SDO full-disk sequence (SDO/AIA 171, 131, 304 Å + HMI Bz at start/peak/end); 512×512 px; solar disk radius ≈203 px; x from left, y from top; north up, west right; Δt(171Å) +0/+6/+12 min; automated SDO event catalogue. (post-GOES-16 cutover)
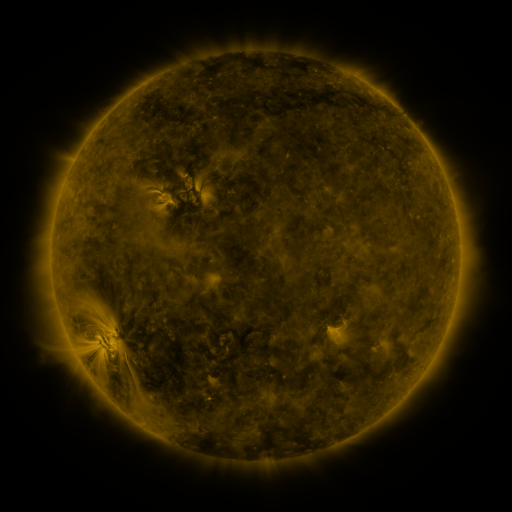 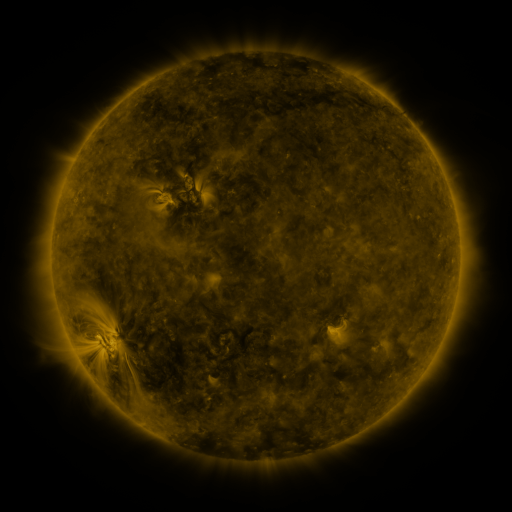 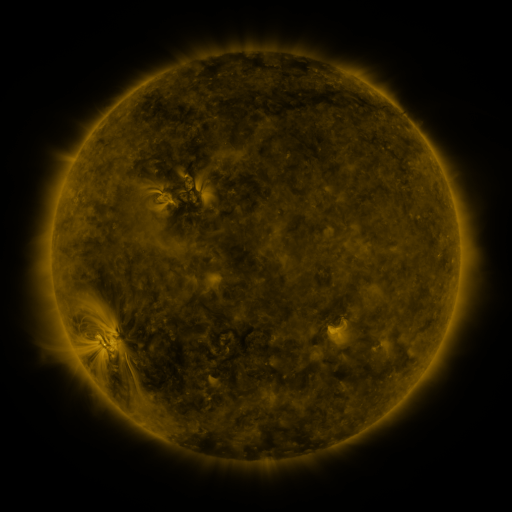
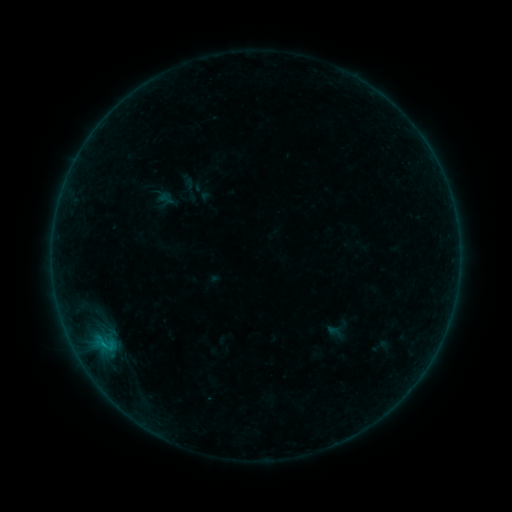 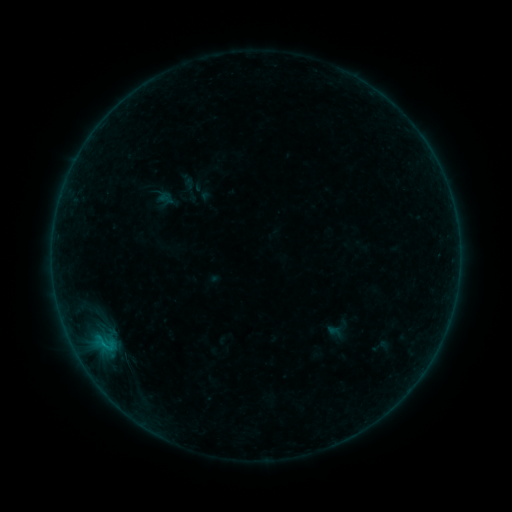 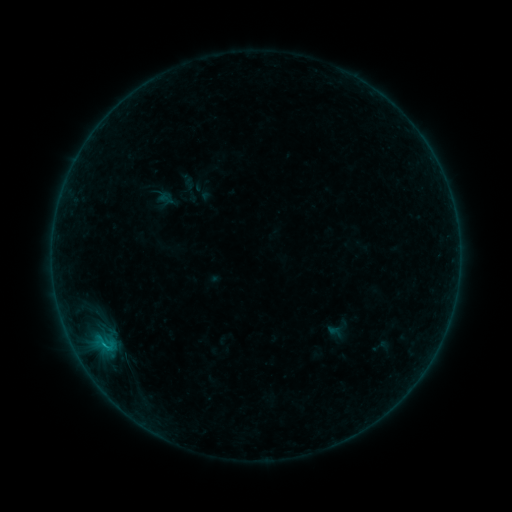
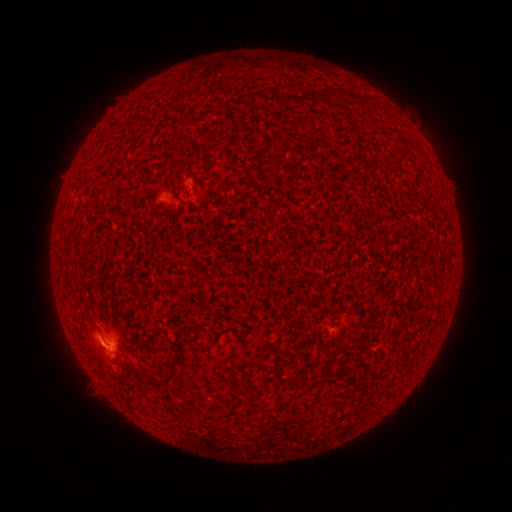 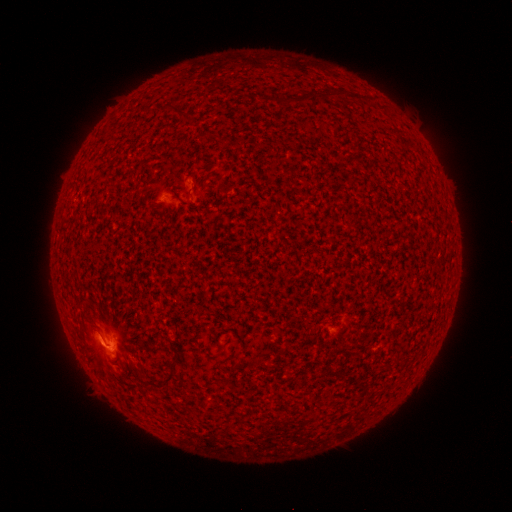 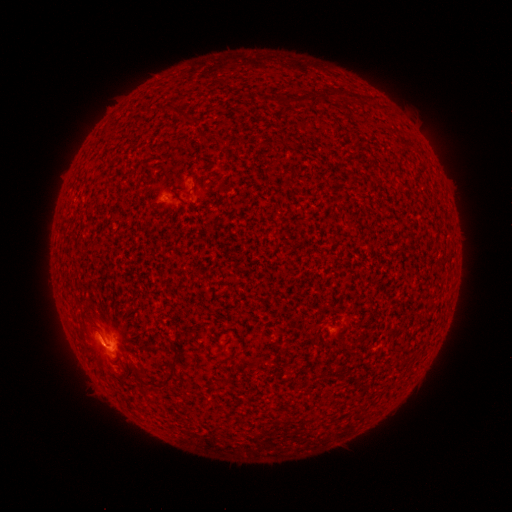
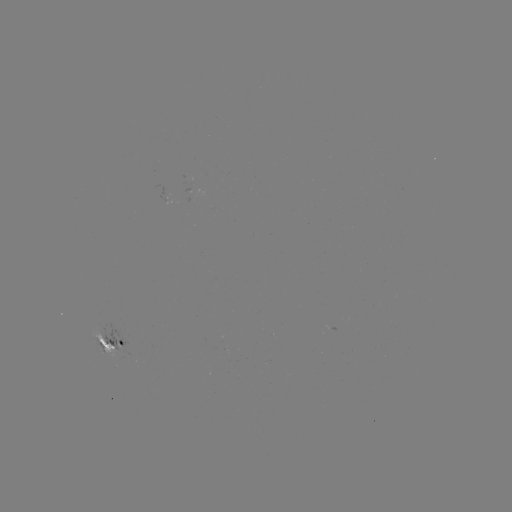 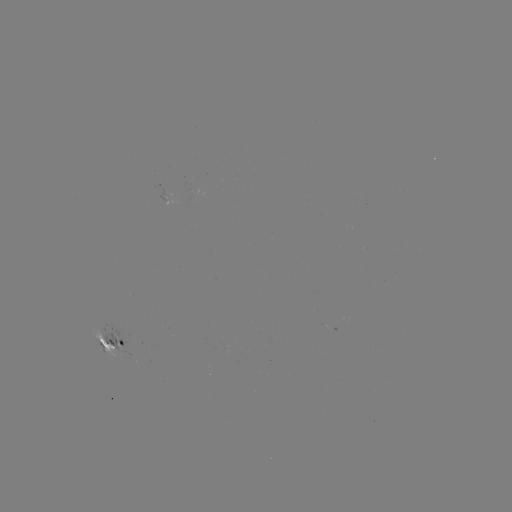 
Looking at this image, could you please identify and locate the B5.5 flare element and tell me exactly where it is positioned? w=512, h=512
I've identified B5.5 flare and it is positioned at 107,346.